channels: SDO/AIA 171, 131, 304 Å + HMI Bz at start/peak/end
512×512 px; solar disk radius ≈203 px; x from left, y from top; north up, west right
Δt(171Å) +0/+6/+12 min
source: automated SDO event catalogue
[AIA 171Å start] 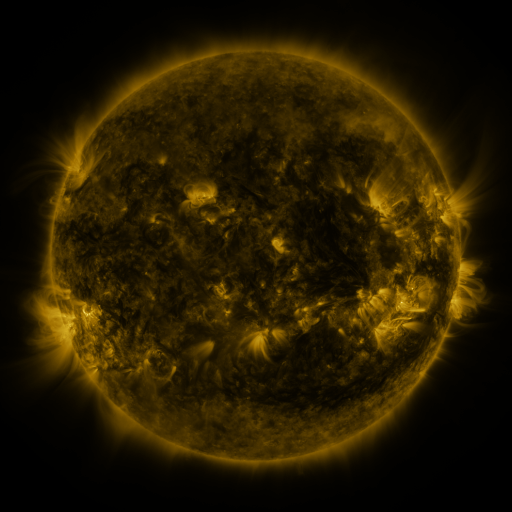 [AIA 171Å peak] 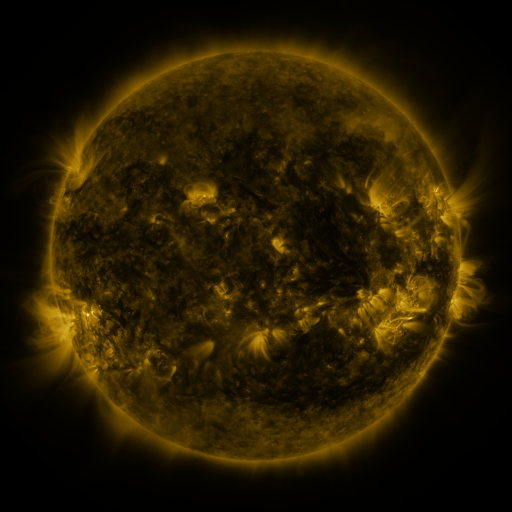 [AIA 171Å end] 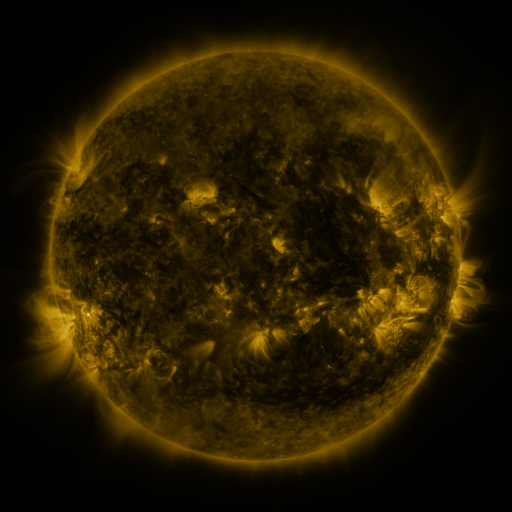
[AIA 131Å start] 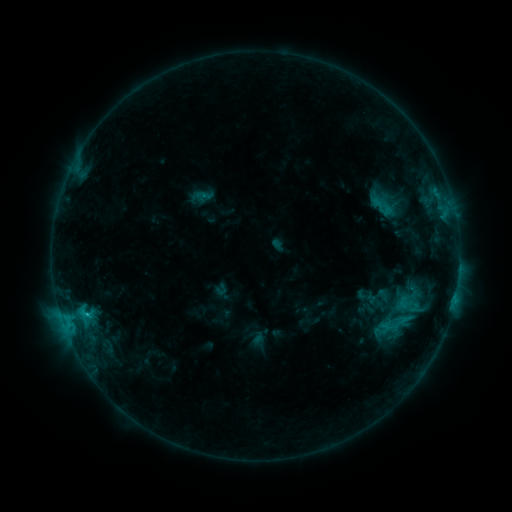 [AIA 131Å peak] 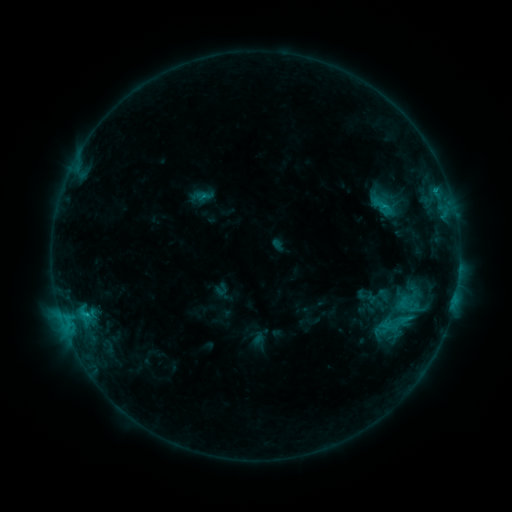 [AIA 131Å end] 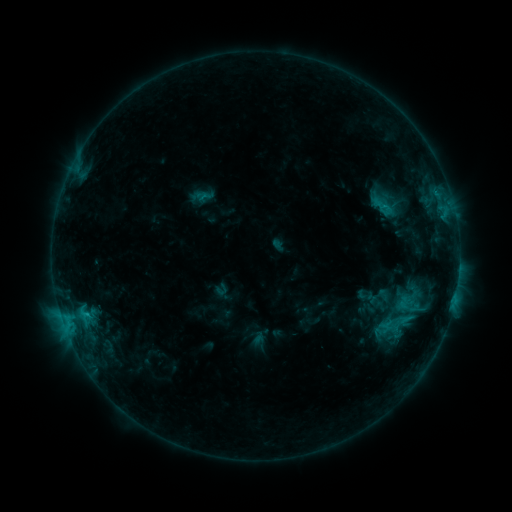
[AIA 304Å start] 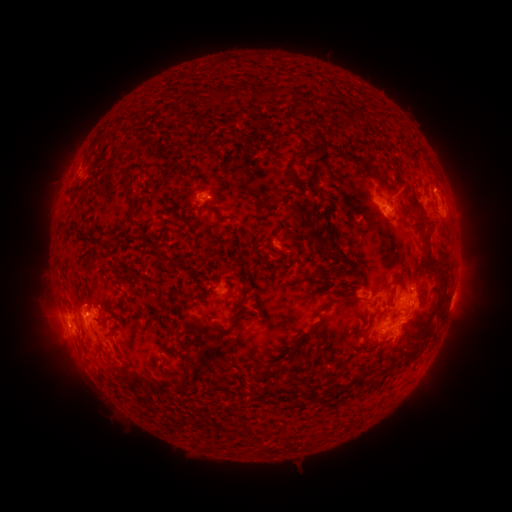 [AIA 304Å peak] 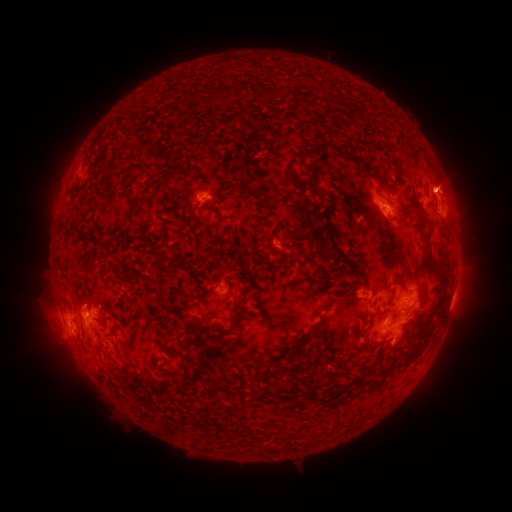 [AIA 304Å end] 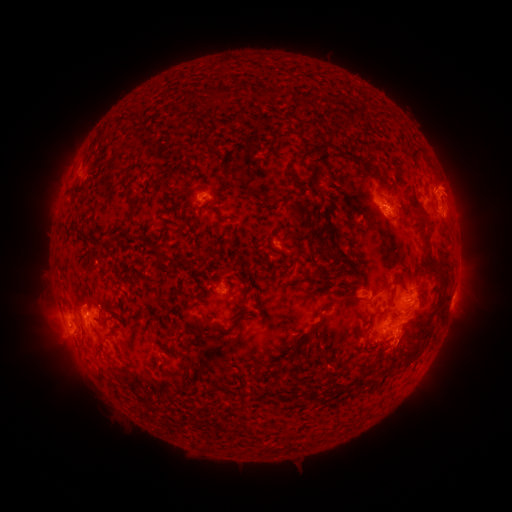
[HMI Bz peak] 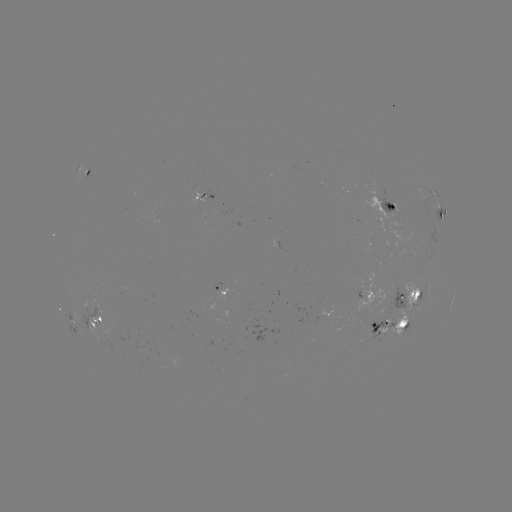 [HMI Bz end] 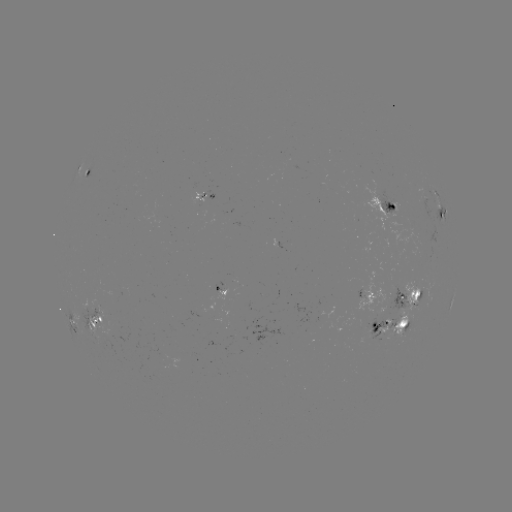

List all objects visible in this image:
eruption: (453, 182)
